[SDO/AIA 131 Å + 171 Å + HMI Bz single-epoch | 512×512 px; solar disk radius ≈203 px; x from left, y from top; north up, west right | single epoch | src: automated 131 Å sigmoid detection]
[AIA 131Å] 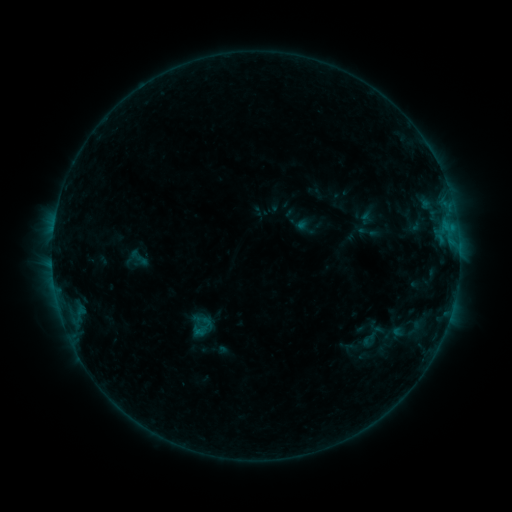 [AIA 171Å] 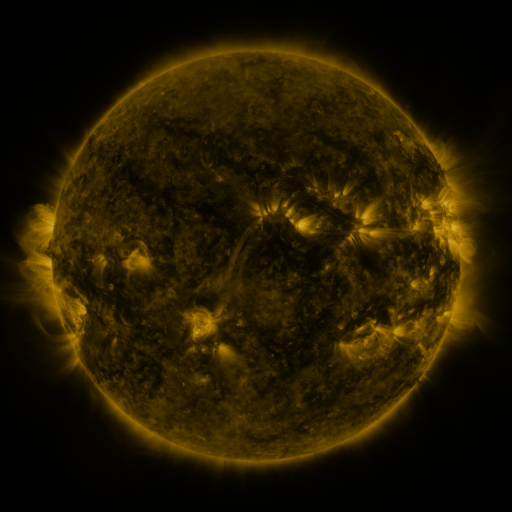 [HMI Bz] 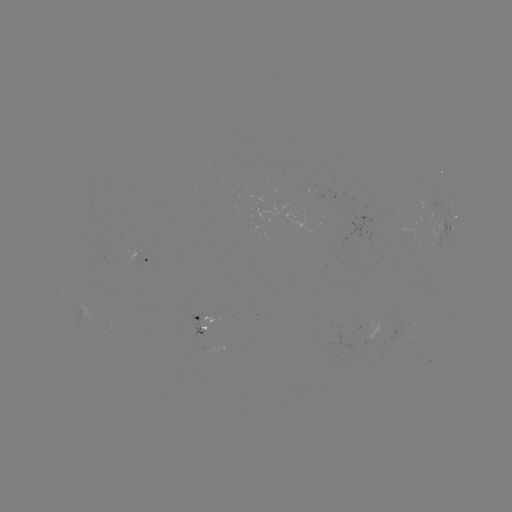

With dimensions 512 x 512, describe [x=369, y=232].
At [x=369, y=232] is sigmoid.